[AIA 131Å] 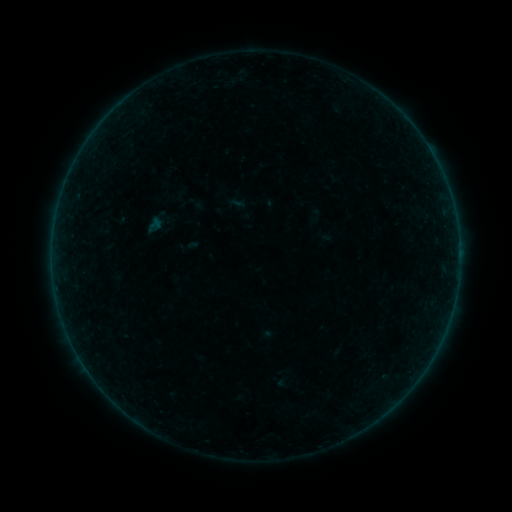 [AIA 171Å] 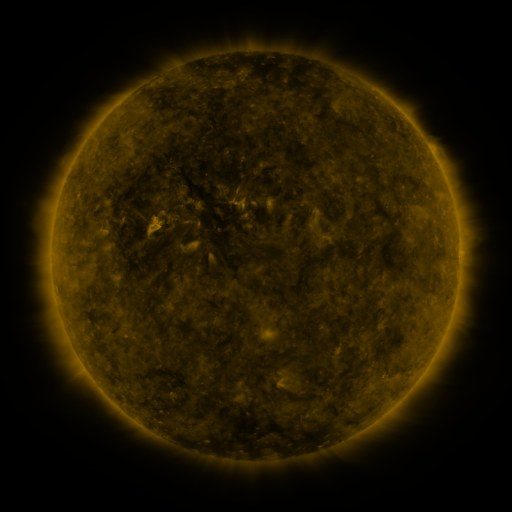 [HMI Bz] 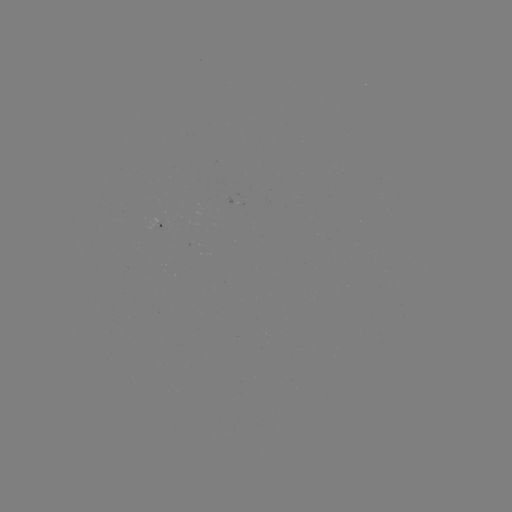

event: sigmoid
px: (195, 202)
